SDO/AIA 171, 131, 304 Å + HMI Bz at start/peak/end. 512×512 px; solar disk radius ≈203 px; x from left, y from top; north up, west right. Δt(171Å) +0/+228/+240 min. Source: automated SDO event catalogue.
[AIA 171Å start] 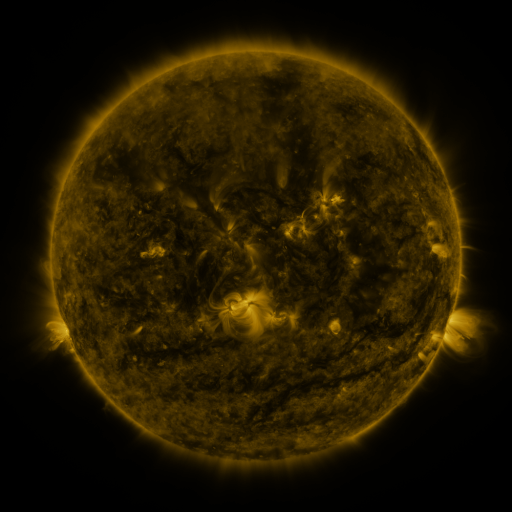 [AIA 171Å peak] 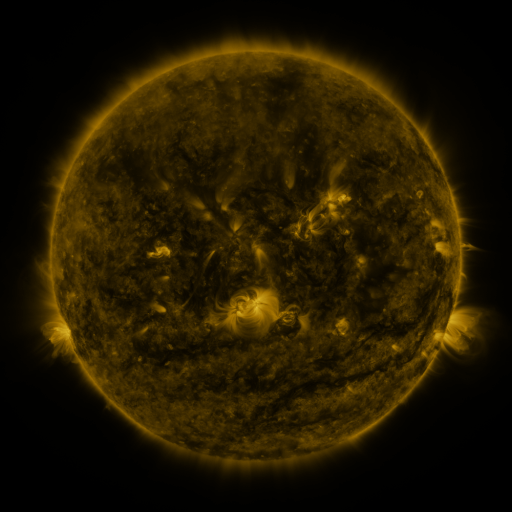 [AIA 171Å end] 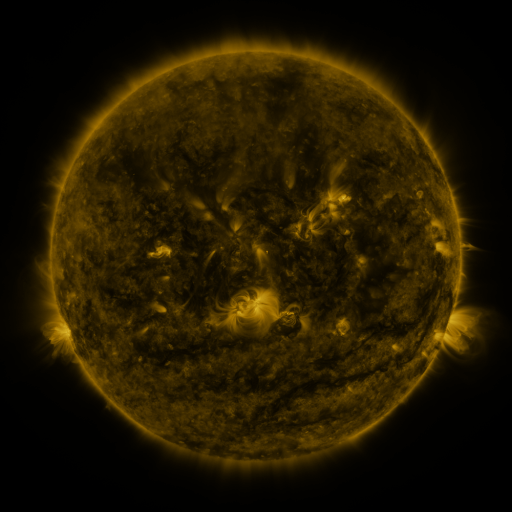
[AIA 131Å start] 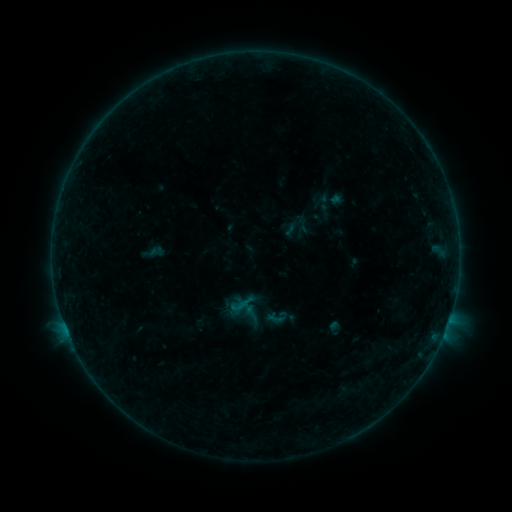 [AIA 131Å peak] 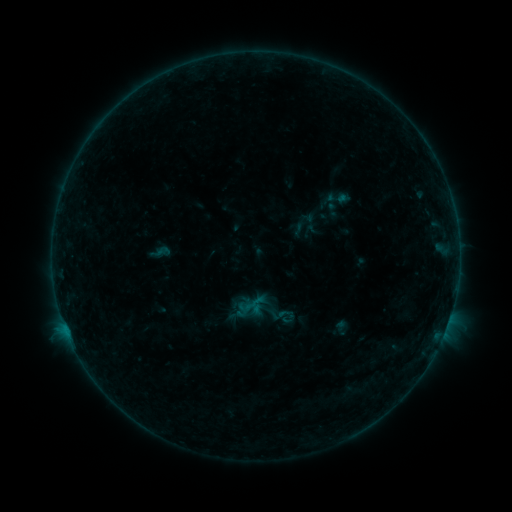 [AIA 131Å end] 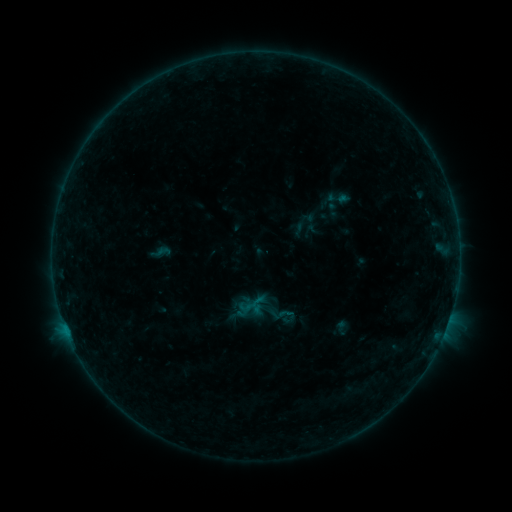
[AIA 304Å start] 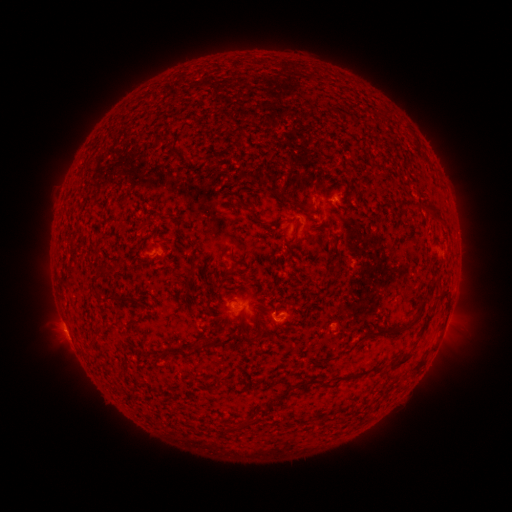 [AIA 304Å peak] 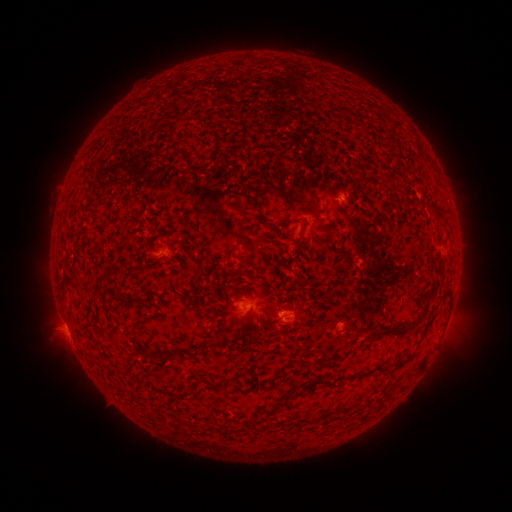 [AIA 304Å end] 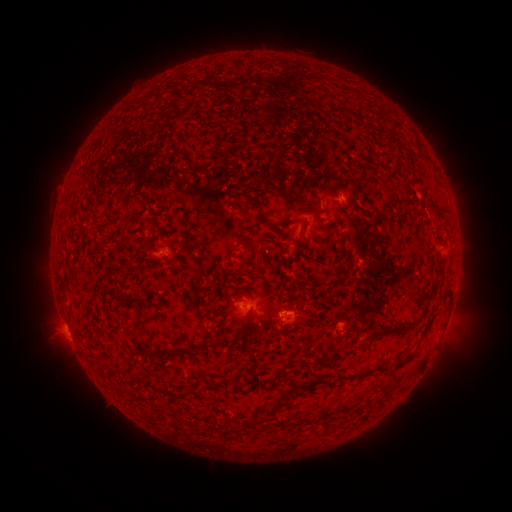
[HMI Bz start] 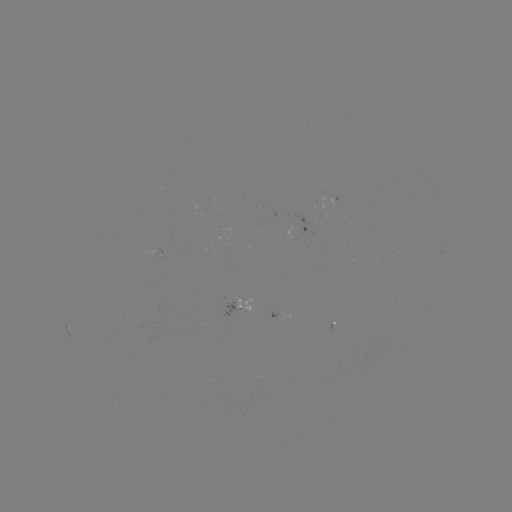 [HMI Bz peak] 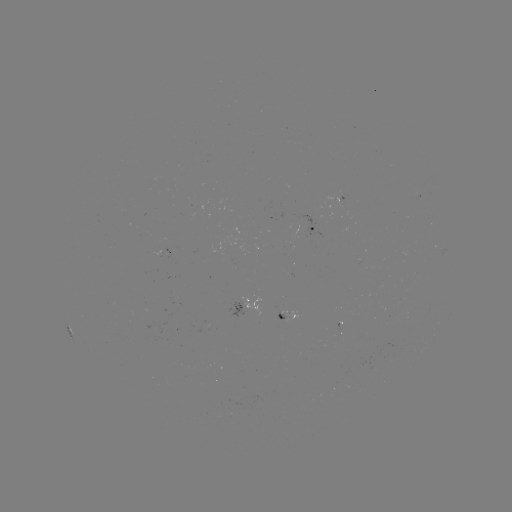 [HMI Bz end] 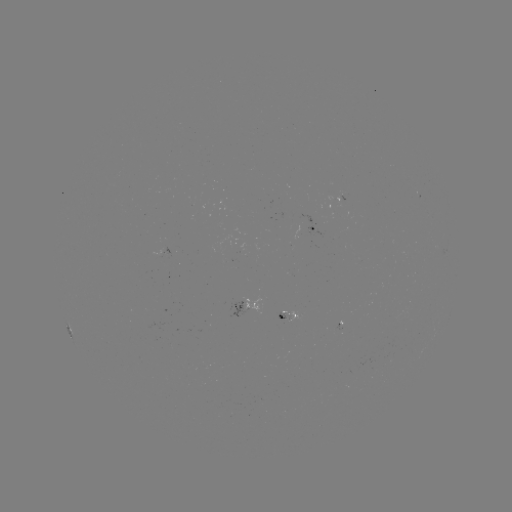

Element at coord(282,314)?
emerging-flux region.